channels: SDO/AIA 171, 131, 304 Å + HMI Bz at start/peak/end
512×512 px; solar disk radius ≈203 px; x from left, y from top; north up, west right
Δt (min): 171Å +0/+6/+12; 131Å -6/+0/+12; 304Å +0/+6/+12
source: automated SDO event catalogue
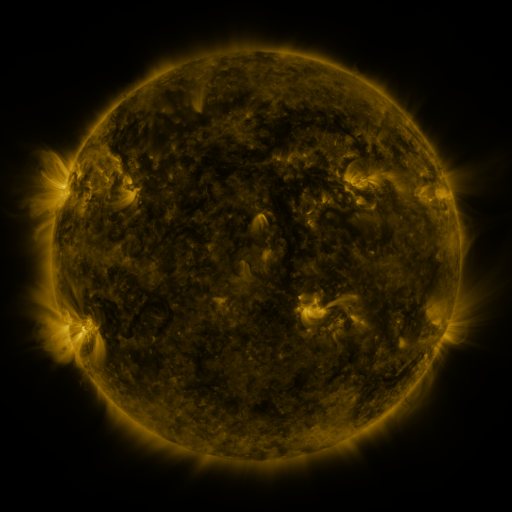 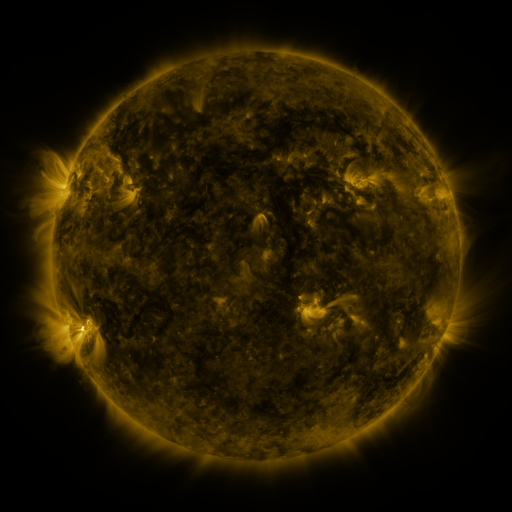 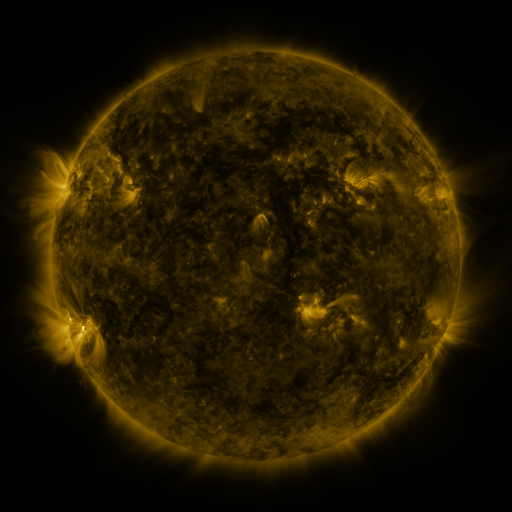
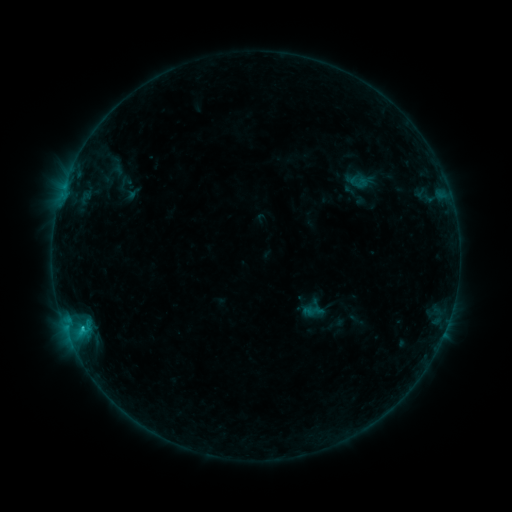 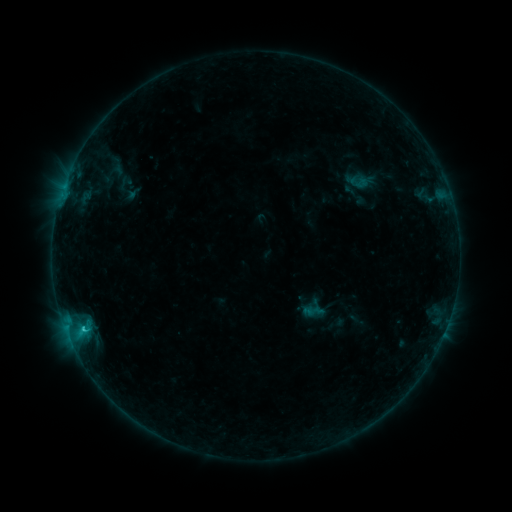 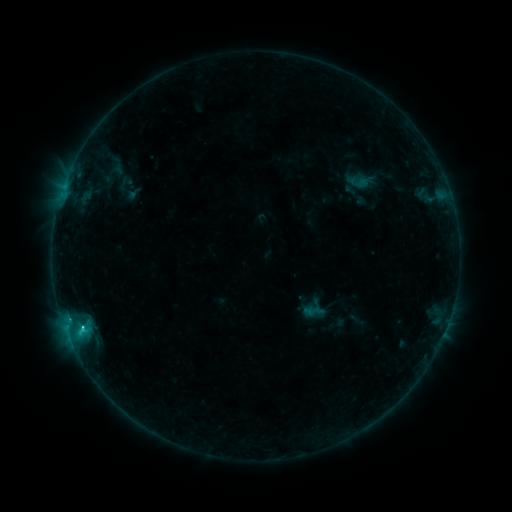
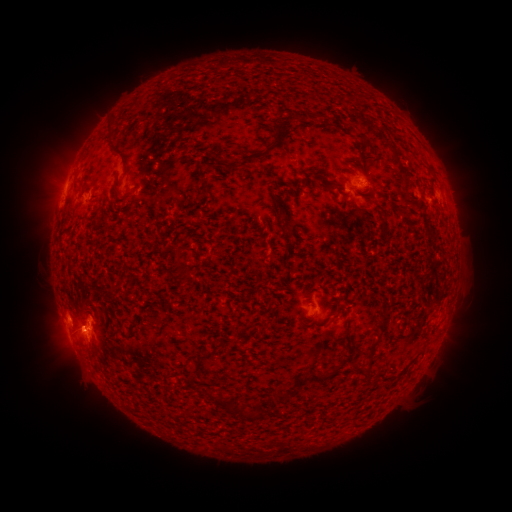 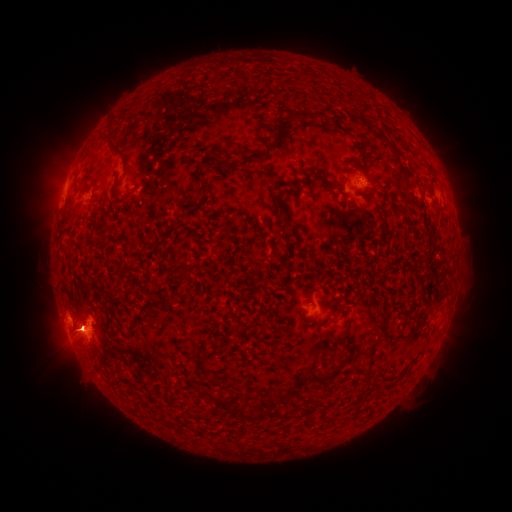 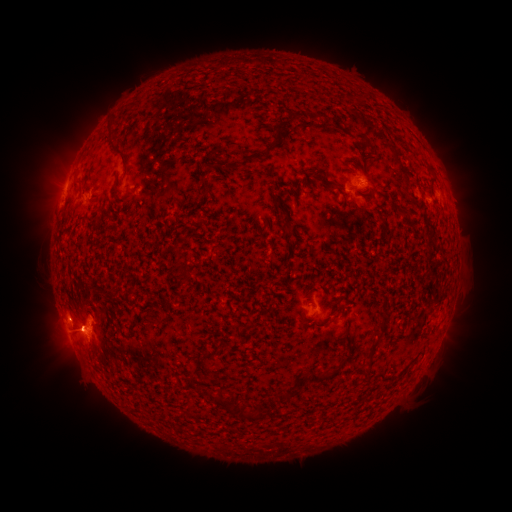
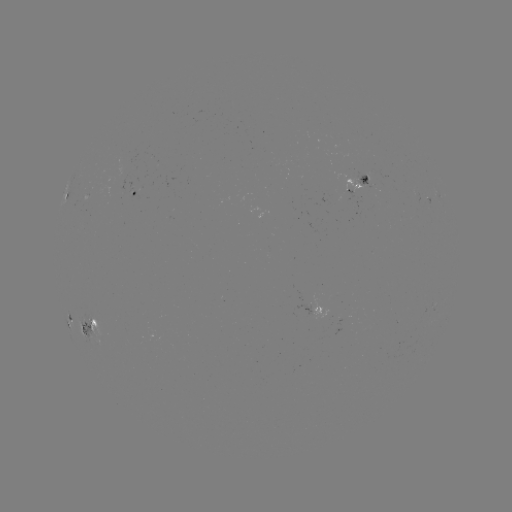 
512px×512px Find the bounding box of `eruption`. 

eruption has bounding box [19, 86, 132, 227].